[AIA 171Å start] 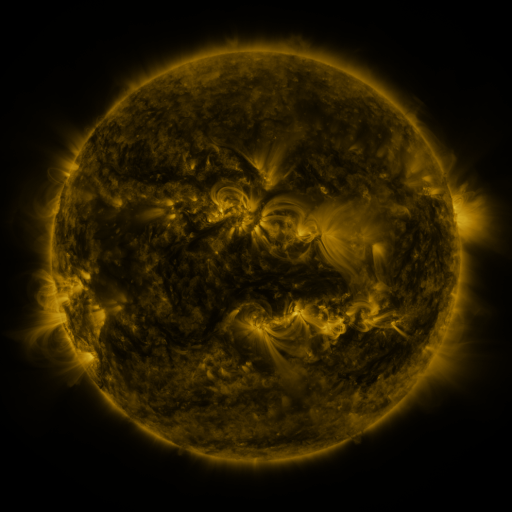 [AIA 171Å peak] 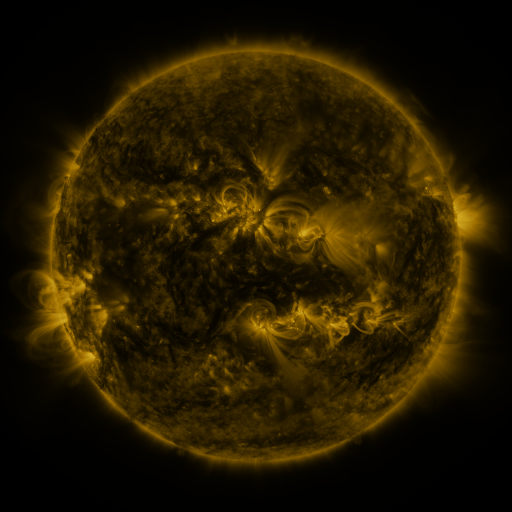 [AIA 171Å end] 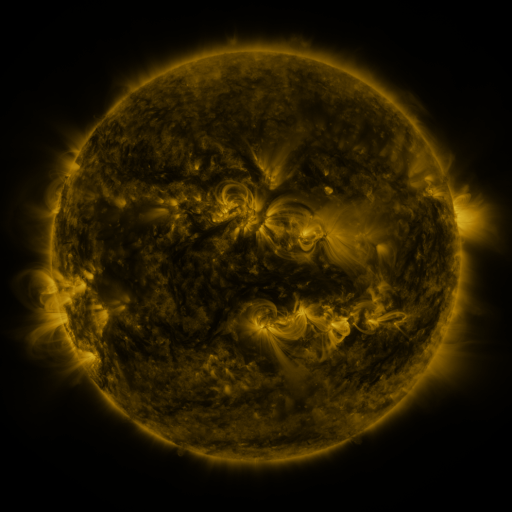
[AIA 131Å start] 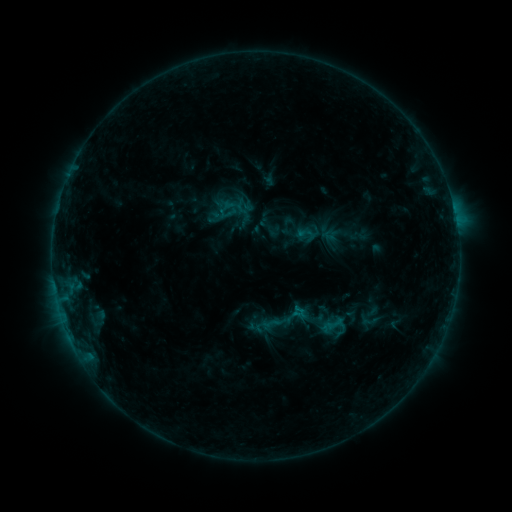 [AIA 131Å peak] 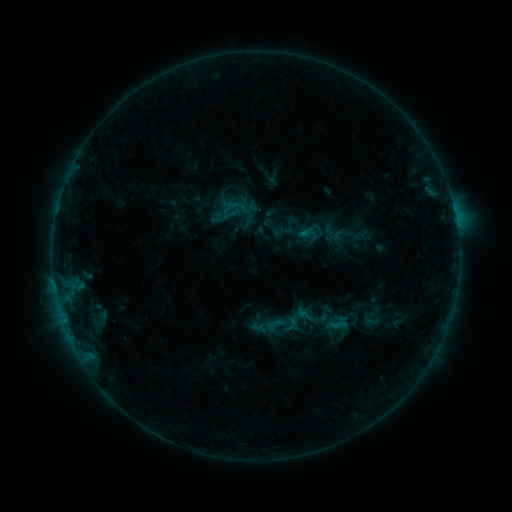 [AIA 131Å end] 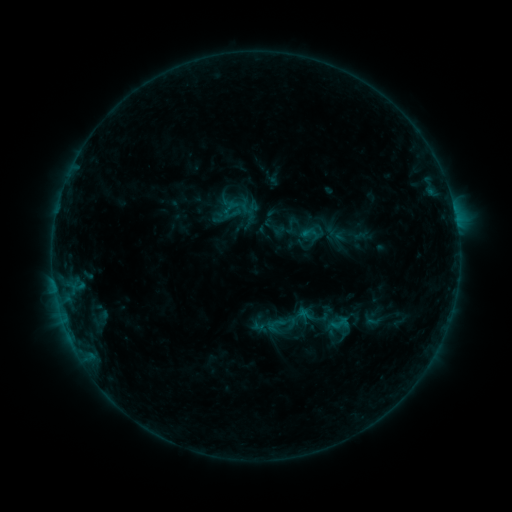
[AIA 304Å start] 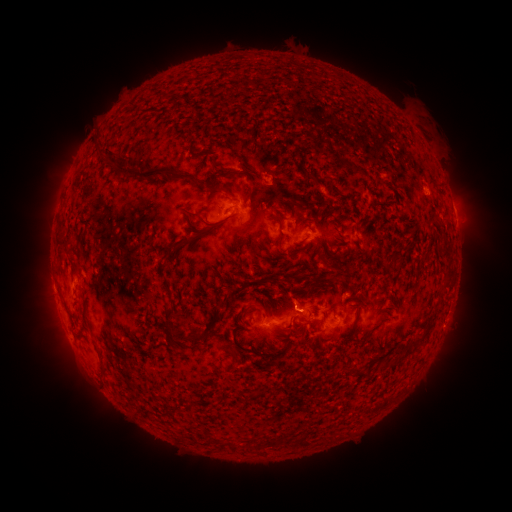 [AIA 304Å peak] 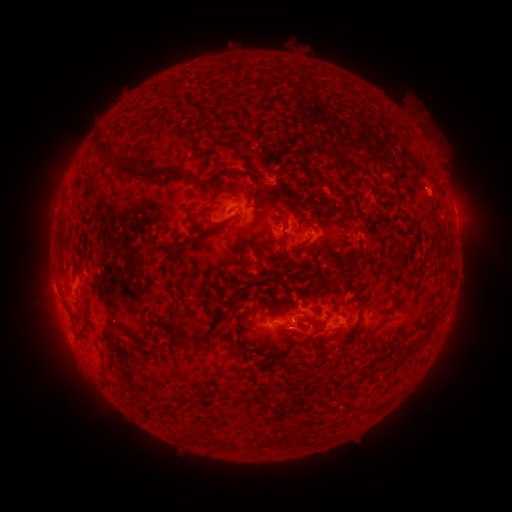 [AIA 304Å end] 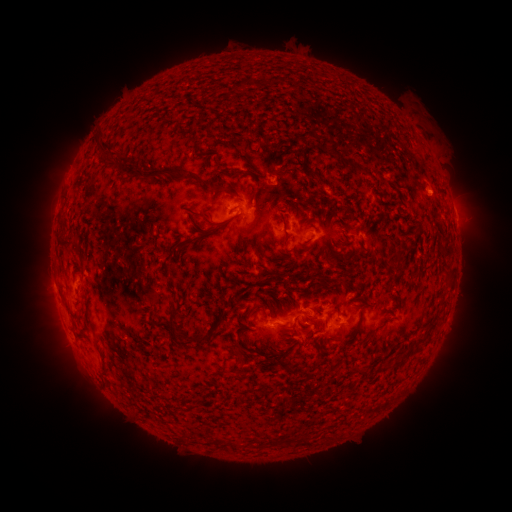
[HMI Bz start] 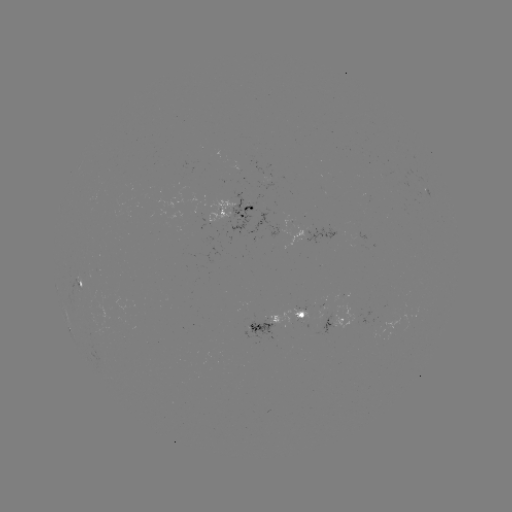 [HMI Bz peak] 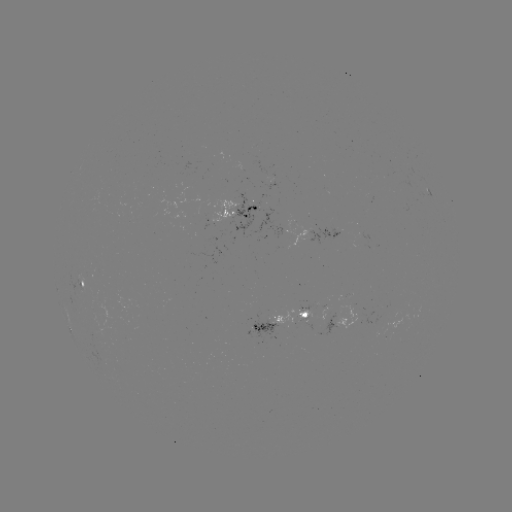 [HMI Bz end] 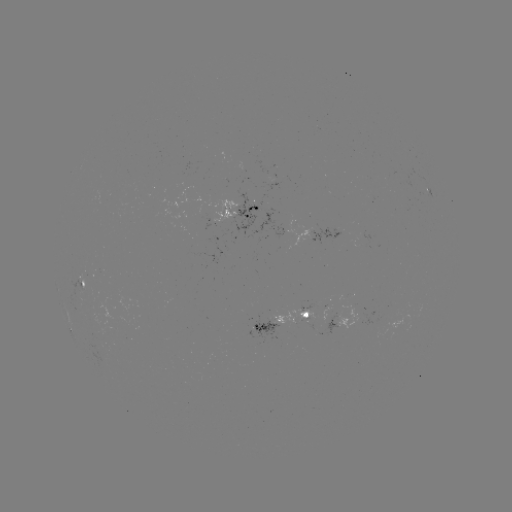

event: emerging-flux region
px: (318, 232)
